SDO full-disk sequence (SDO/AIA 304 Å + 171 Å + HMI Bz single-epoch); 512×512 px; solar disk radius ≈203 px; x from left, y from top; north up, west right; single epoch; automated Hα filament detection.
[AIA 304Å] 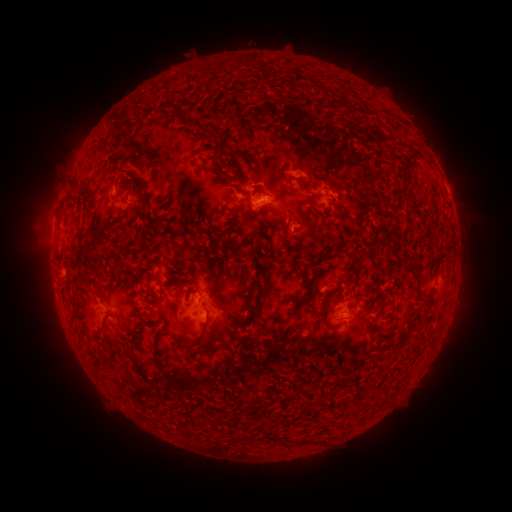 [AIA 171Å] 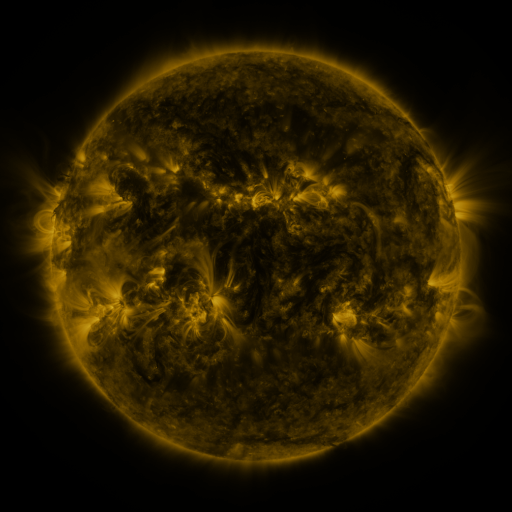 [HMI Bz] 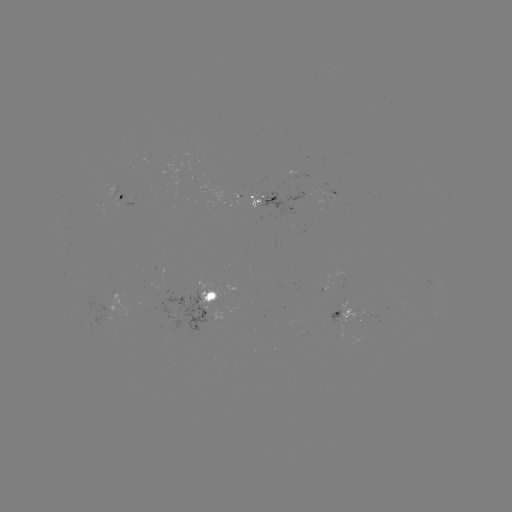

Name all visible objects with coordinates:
filament: (235, 63)
filament: (337, 101)
filament: (181, 116)
filament: (233, 188)
filament: (406, 192)
filament: (137, 194)
filament: (232, 226)
filament: (88, 256)
filament: (266, 288)
filament: (324, 311)
filament: (259, 316)
filament: (75, 318)
filament: (285, 324)
filament: (103, 332)
filament: (199, 350)
filament: (135, 361)
filament: (159, 363)
